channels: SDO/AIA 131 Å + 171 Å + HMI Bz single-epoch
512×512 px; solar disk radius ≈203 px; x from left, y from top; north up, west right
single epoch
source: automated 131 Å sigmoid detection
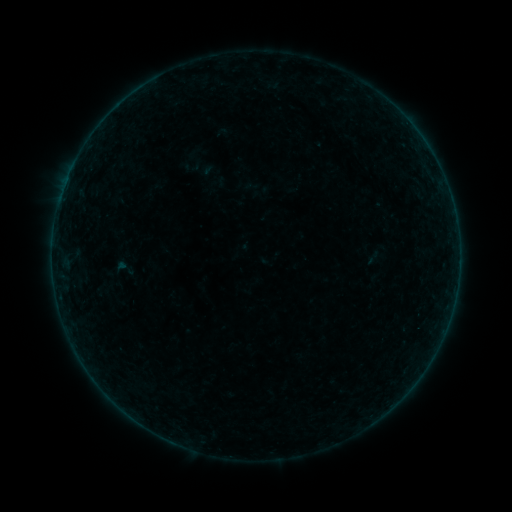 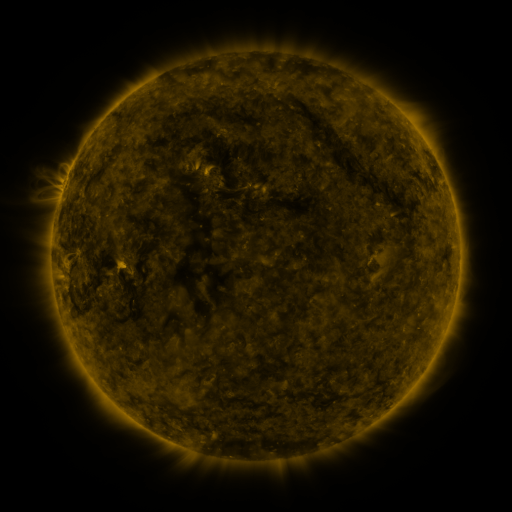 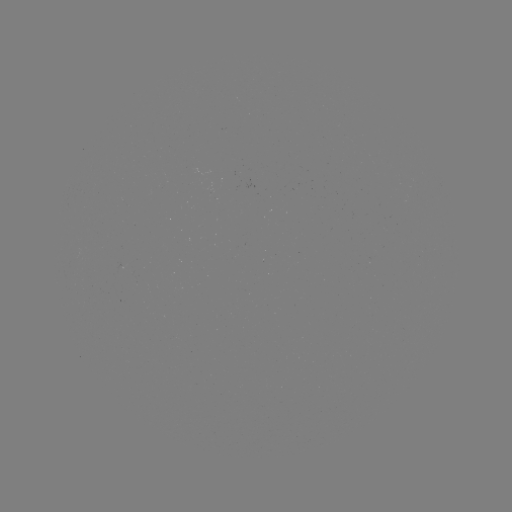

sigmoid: [110, 256, 138, 279]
